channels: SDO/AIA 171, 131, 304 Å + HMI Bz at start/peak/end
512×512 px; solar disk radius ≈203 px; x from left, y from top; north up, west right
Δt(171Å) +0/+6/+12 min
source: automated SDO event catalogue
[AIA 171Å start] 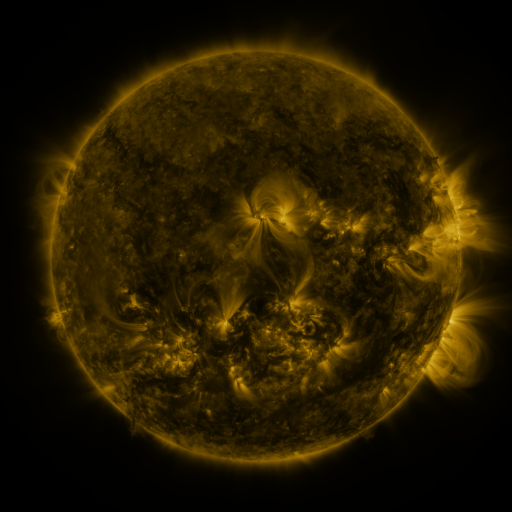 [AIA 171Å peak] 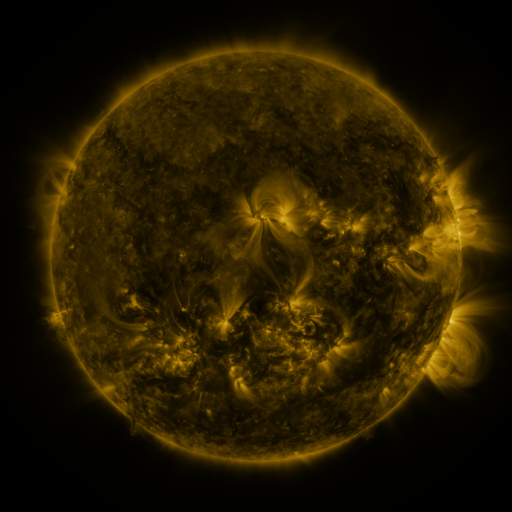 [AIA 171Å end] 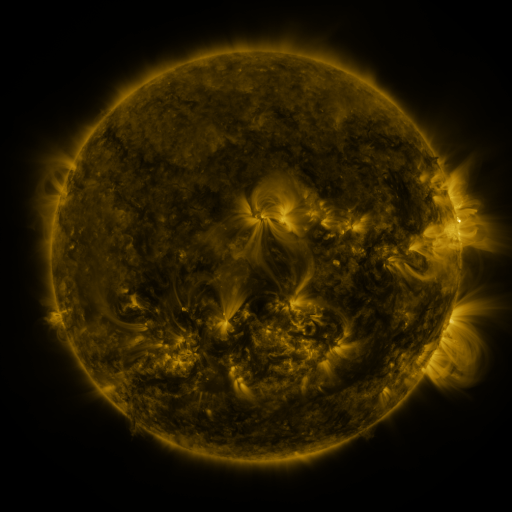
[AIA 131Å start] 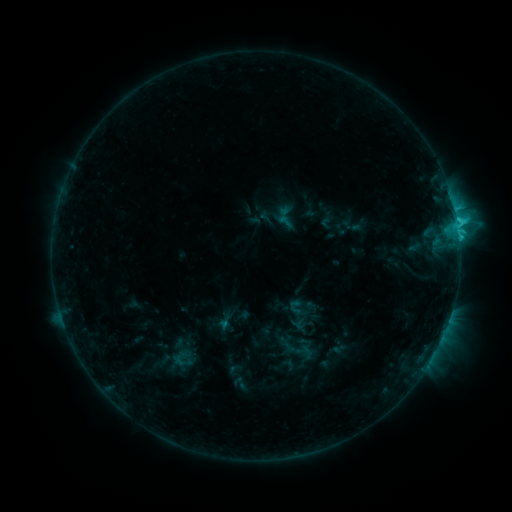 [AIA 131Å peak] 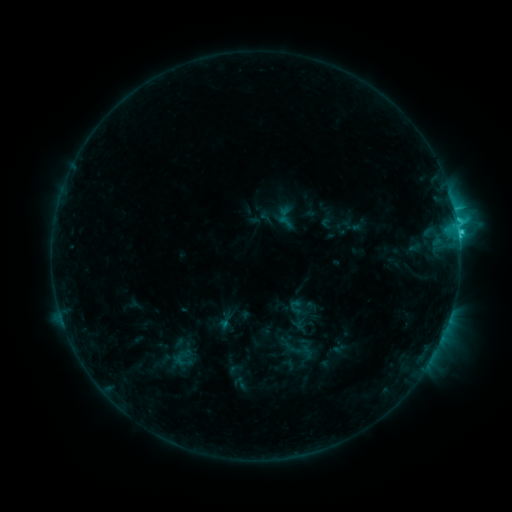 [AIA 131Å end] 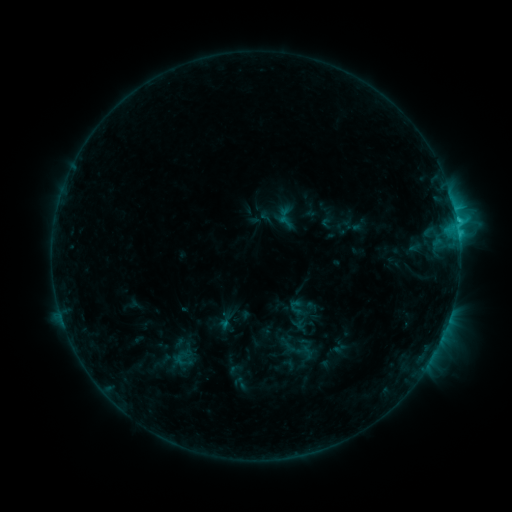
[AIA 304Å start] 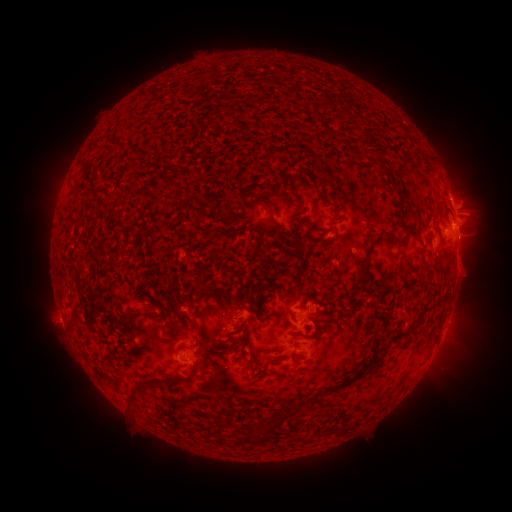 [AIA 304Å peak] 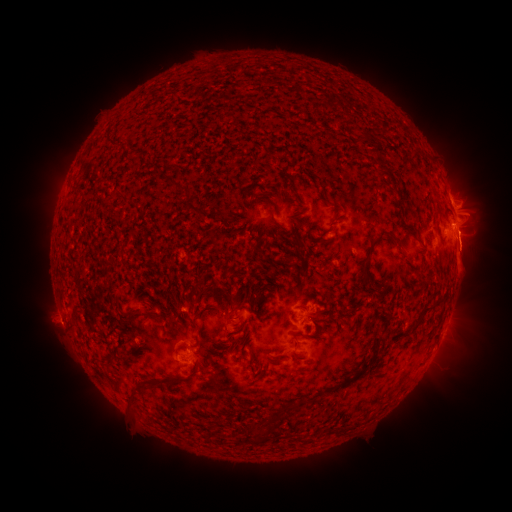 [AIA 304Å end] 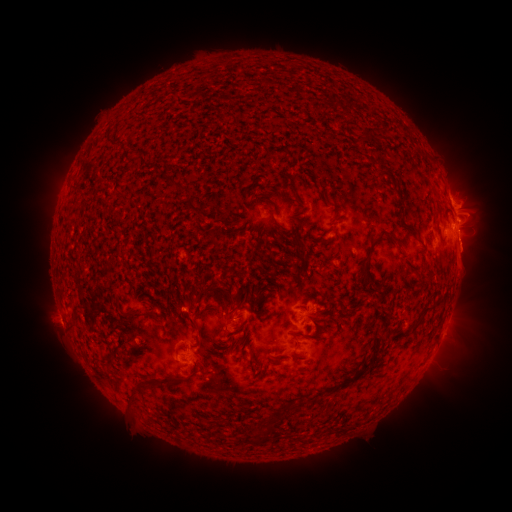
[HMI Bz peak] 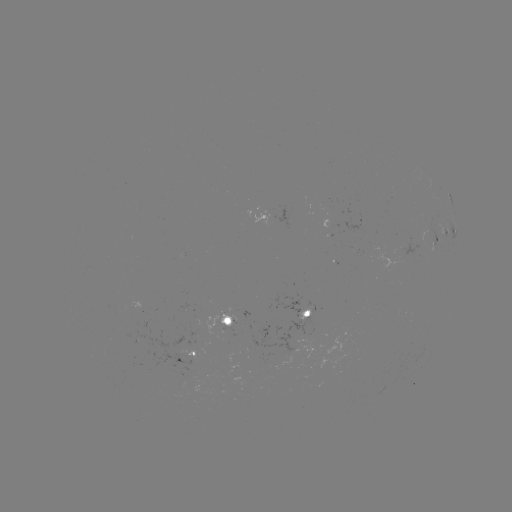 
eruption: <bbox>441, 233, 500, 279</bbox>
